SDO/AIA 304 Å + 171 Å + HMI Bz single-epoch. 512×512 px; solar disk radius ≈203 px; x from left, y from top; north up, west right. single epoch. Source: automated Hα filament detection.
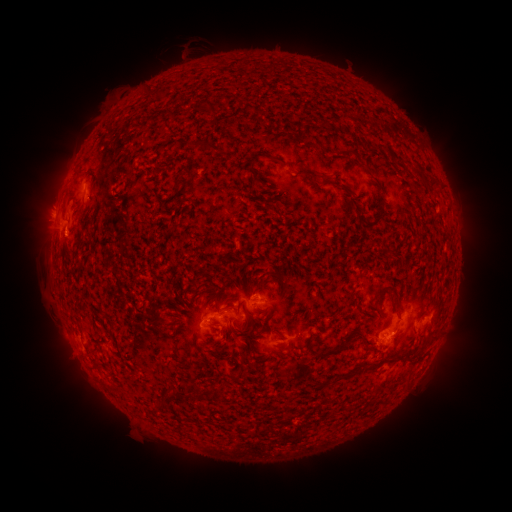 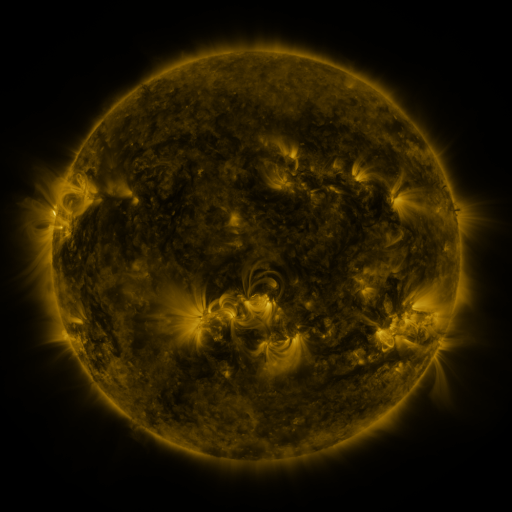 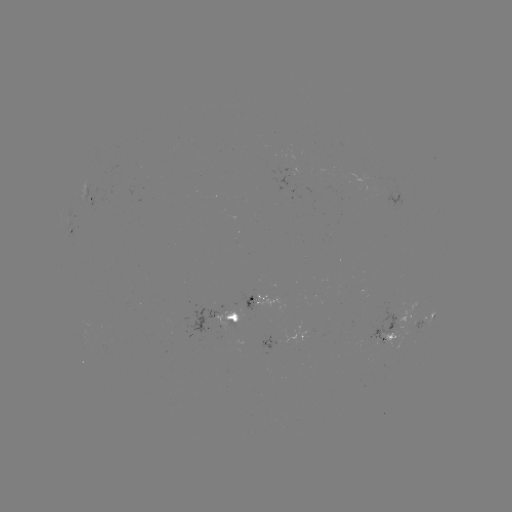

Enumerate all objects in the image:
filament: (154, 94)
filament: (378, 144)
filament: (204, 147)
filament: (348, 150)
filament: (269, 159)
filament: (185, 172)
filament: (252, 174)
filament: (324, 177)
filament: (76, 180)
filament: (428, 183)
filament: (79, 213)
filament: (368, 224)
filament: (390, 285)
filament: (197, 291)
filament: (318, 313)
filament: (246, 331)
filament: (365, 341)
filament: (339, 349)
filament: (411, 357)
filament: (241, 371)
filament: (351, 374)
filament: (220, 391)
filament: (198, 393)
filament: (161, 407)
